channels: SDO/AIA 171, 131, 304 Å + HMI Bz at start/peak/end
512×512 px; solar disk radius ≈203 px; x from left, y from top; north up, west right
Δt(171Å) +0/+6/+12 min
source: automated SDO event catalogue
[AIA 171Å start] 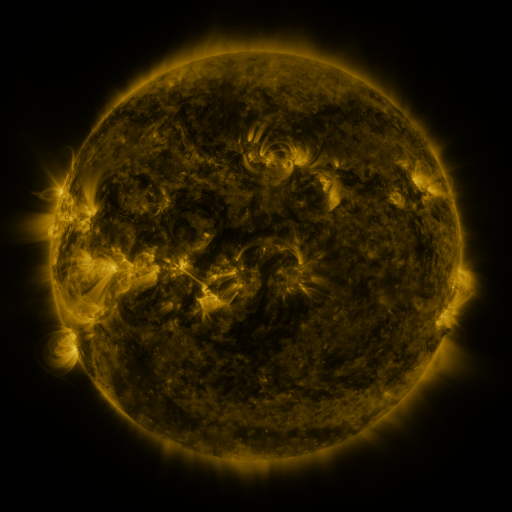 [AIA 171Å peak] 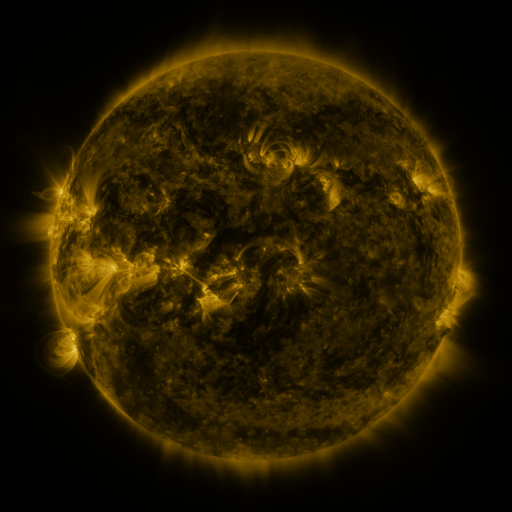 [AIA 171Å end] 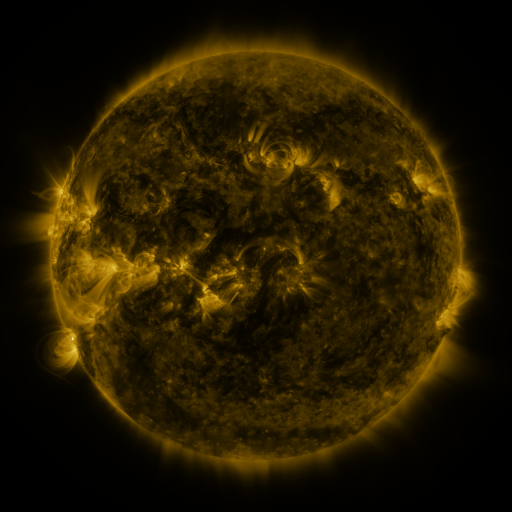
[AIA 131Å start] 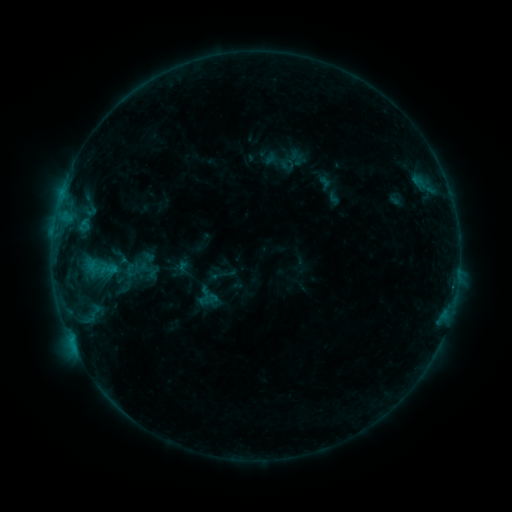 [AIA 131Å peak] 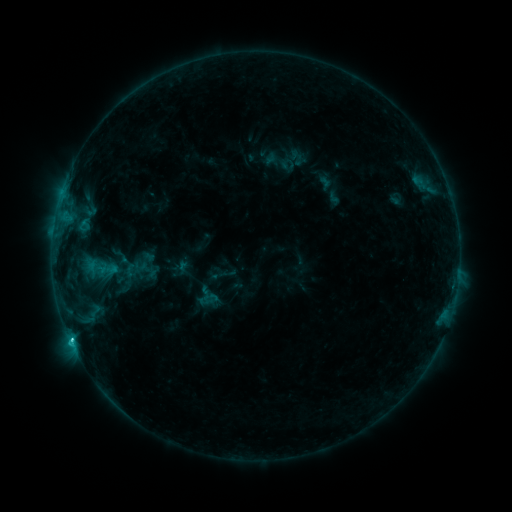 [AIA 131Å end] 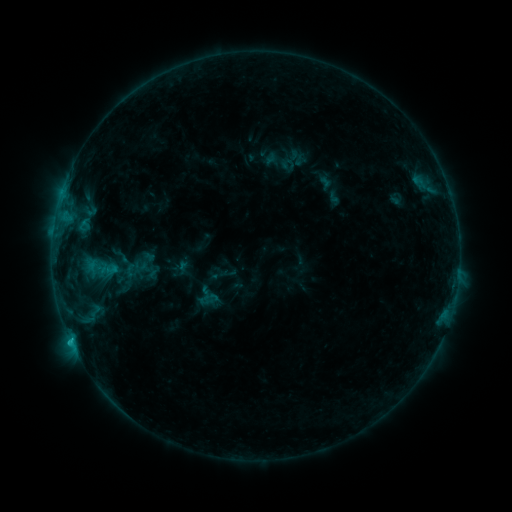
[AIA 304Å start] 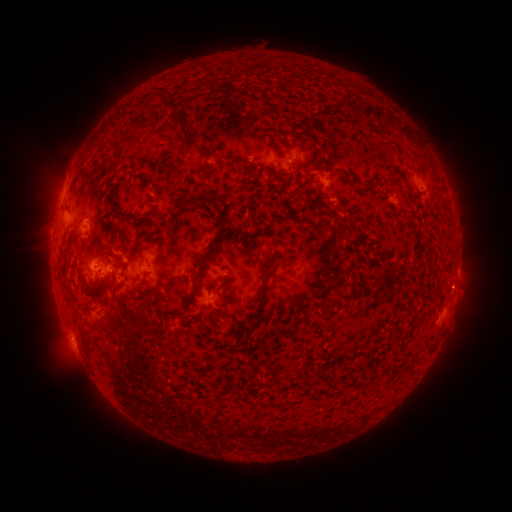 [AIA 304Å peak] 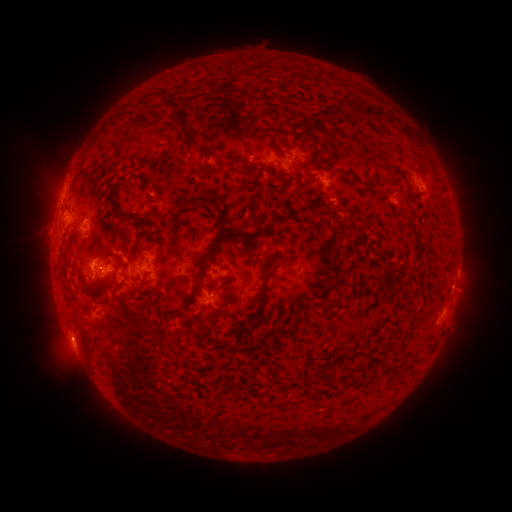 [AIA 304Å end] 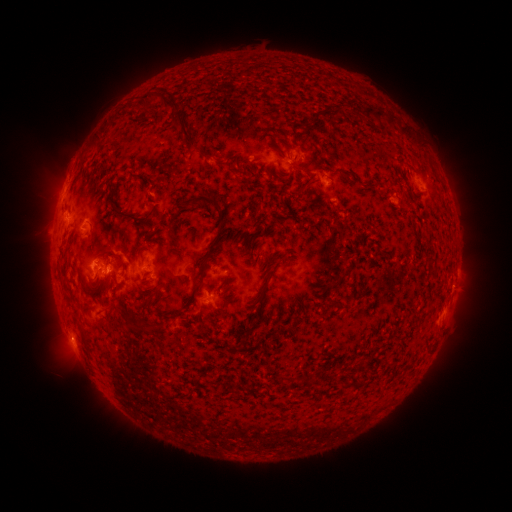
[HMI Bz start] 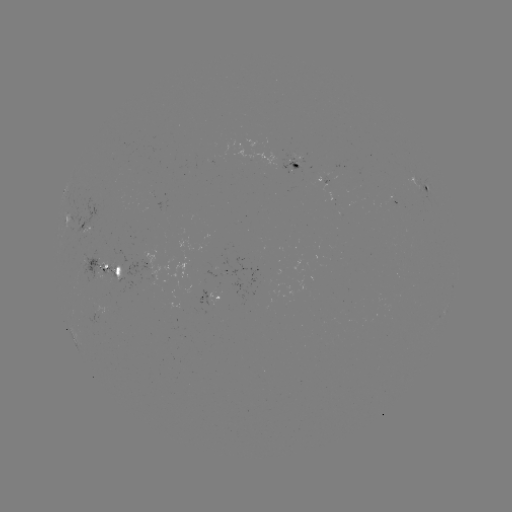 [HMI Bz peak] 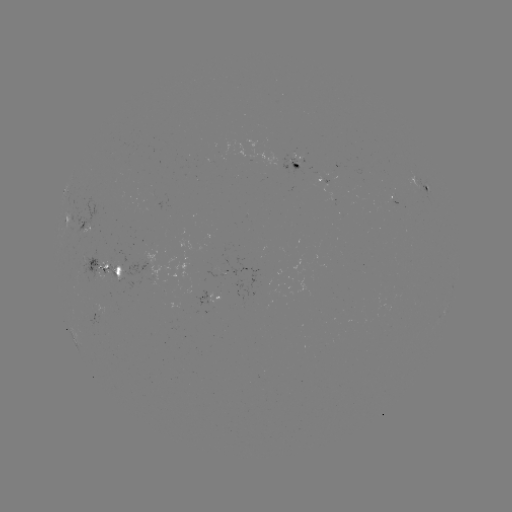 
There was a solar flare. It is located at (73, 338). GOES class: C1.4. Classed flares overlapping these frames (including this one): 1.